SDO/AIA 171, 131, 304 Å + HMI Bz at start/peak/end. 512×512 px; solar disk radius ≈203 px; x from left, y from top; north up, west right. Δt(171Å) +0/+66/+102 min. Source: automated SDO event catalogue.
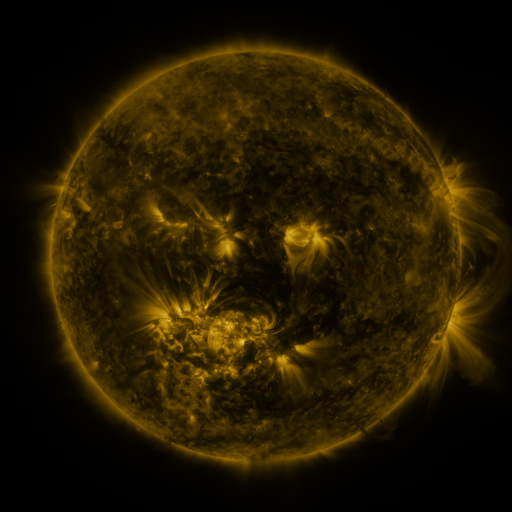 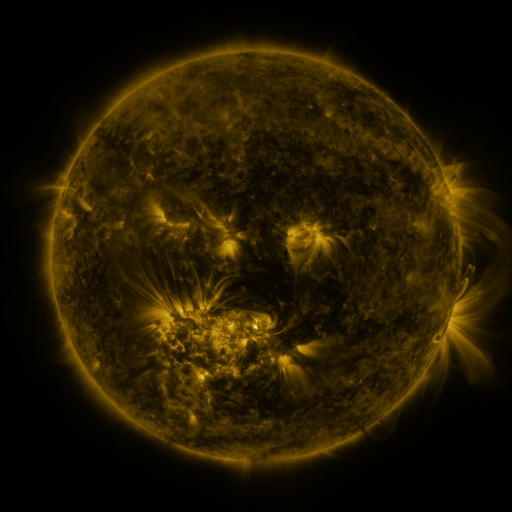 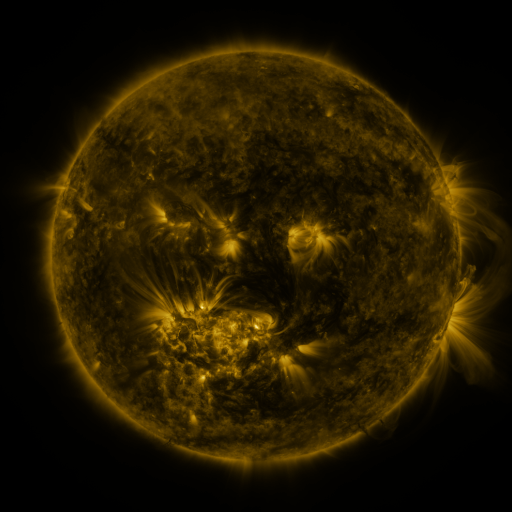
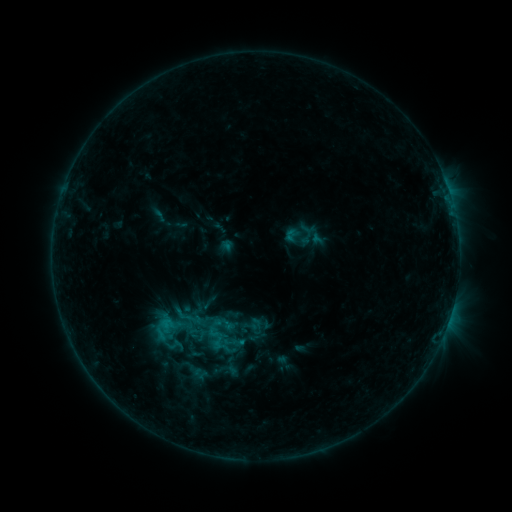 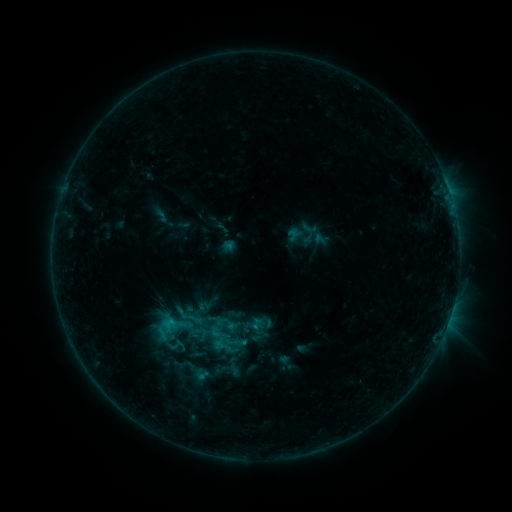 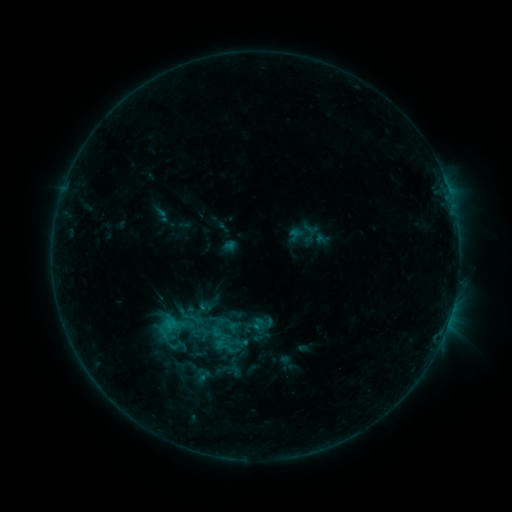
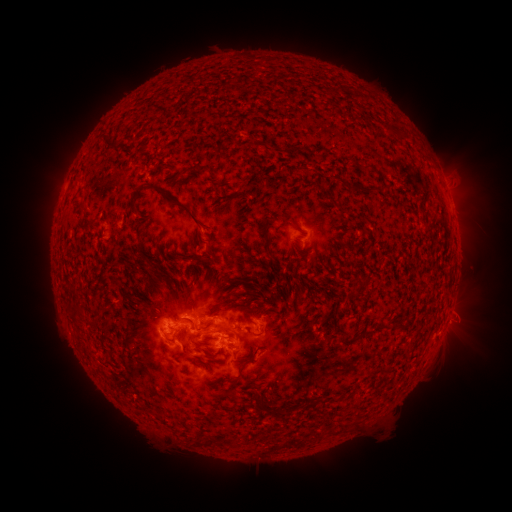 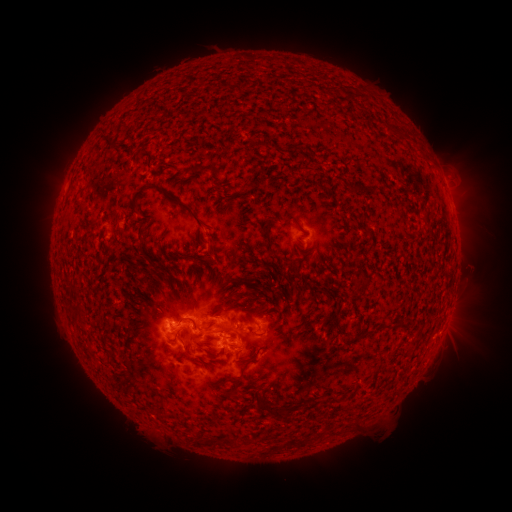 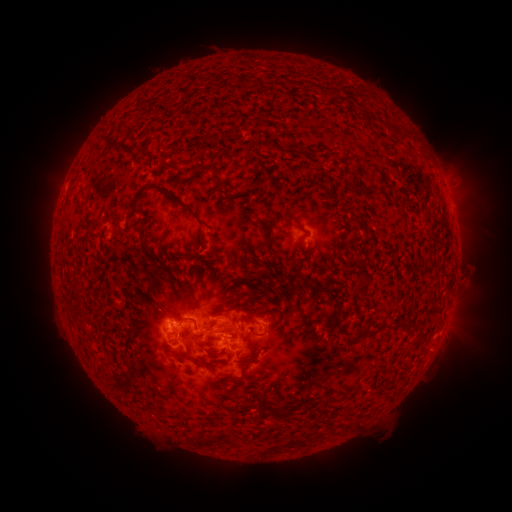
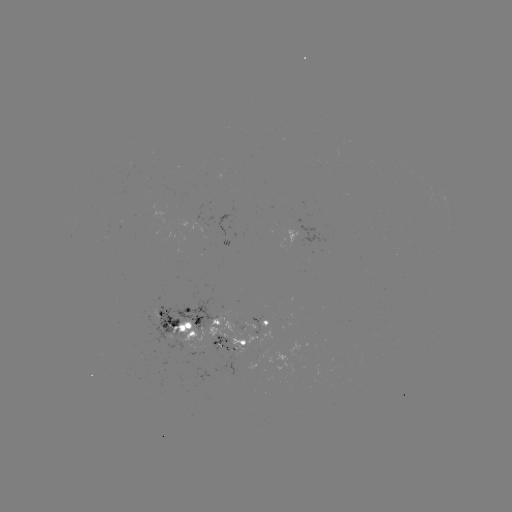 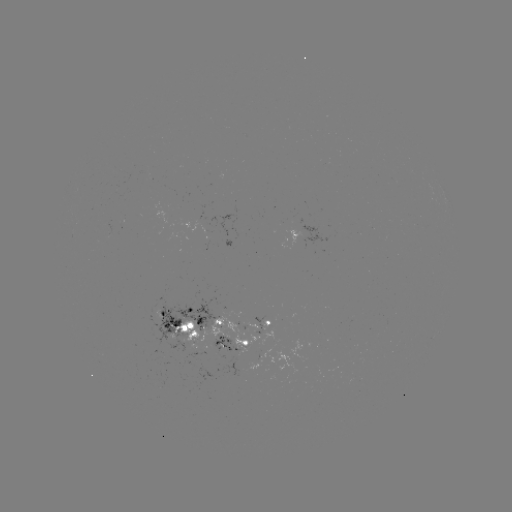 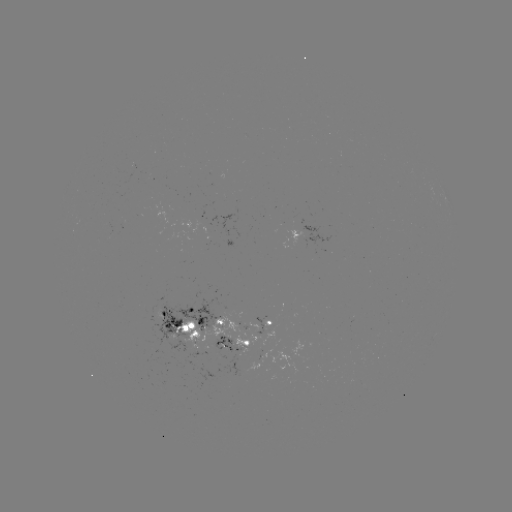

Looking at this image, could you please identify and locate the emerging-flux region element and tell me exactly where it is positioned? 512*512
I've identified emerging-flux region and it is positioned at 204,250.